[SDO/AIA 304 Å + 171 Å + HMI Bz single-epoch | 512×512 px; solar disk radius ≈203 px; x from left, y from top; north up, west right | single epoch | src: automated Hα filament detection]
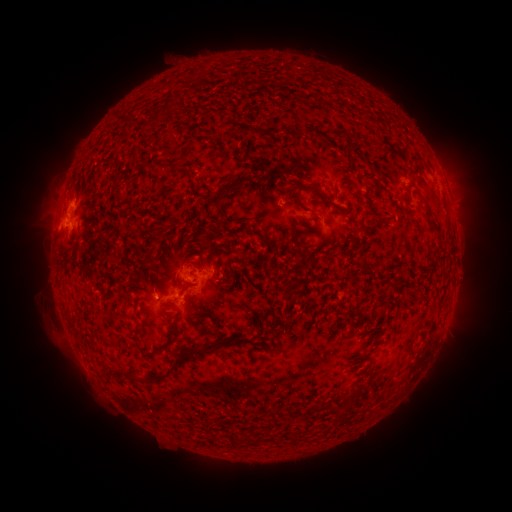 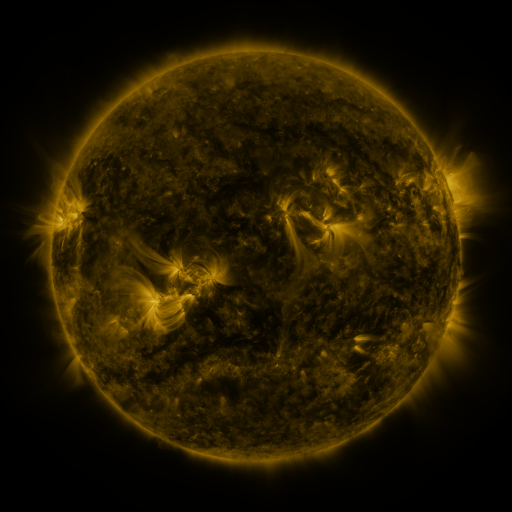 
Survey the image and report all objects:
filament: <bbox>292, 127, 304, 137</bbox>
filament: <bbox>333, 129, 342, 138</bbox>
filament: <bbox>173, 167, 187, 177</bbox>
filament: <bbox>289, 181, 318, 193</bbox>
filament: <bbox>214, 183, 235, 201</bbox>
filament: <bbox>413, 184, 423, 198</bbox>
filament: <bbox>288, 192, 298, 205</bbox>
filament: <bbox>433, 230, 444, 243</bbox>
filament: <bbox>134, 327, 143, 339</bbox>
filament: <bbox>235, 333, 245, 343</bbox>
filament: <bbox>184, 338, 230, 357</bbox>
filament: <bbox>169, 364, 178, 374</bbox>
filament: <bbox>122, 369, 142, 384</bbox>
filament: <bbox>101, 370, 115, 380</bbox>
filament: <bbox>148, 374, 167, 382</bbox>
filament: <bbox>339, 397, 355, 419</bbox>
filament: <bbox>244, 433, 257, 444</bbox>
